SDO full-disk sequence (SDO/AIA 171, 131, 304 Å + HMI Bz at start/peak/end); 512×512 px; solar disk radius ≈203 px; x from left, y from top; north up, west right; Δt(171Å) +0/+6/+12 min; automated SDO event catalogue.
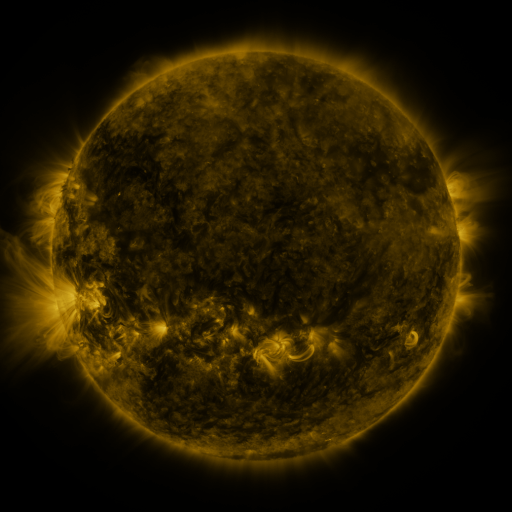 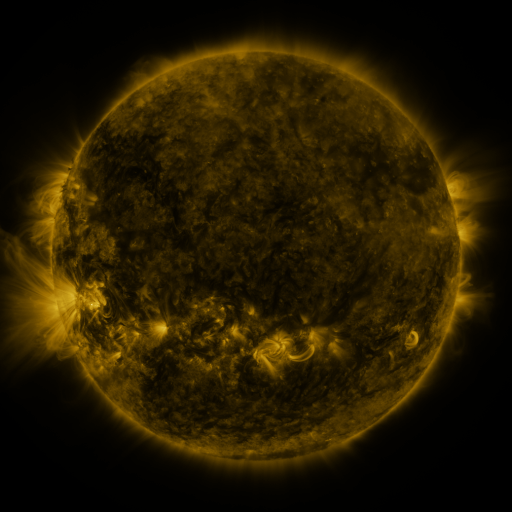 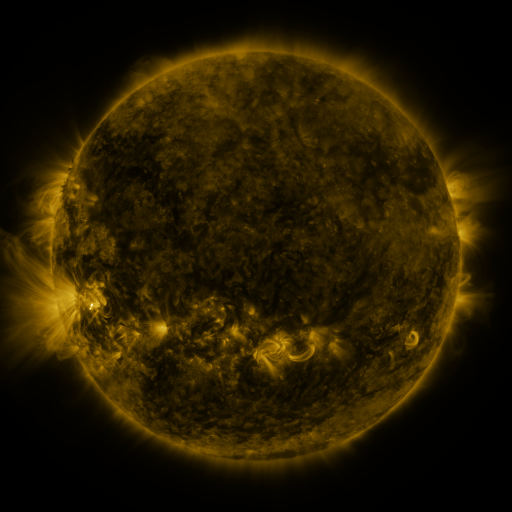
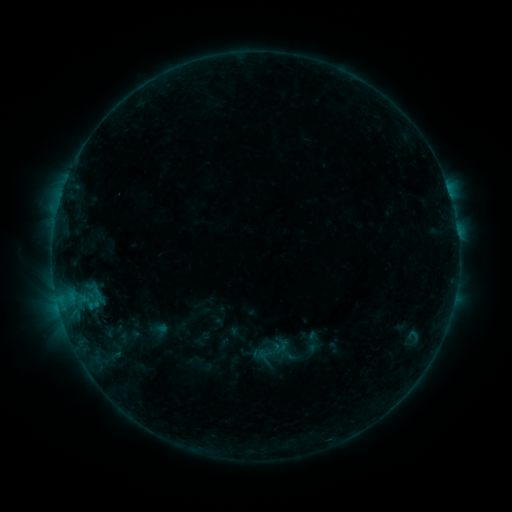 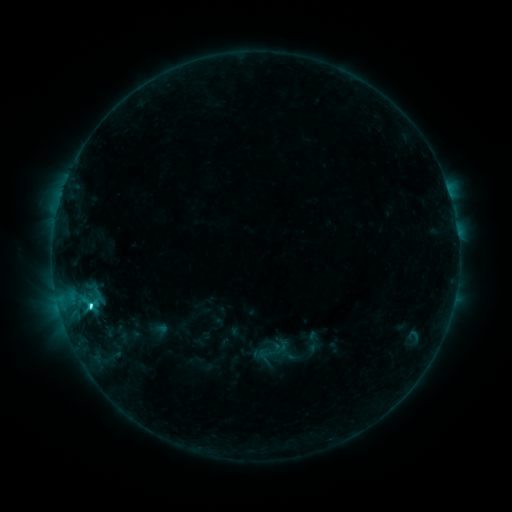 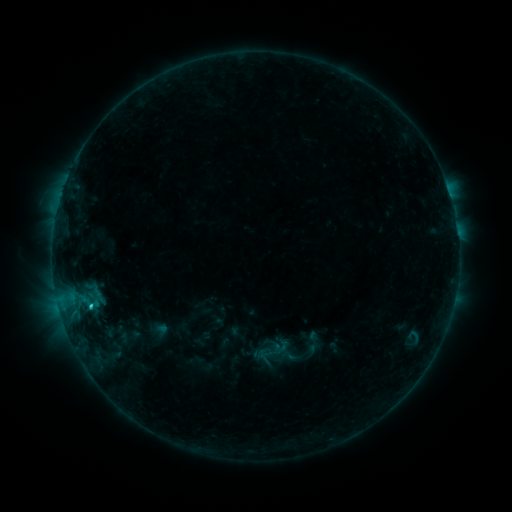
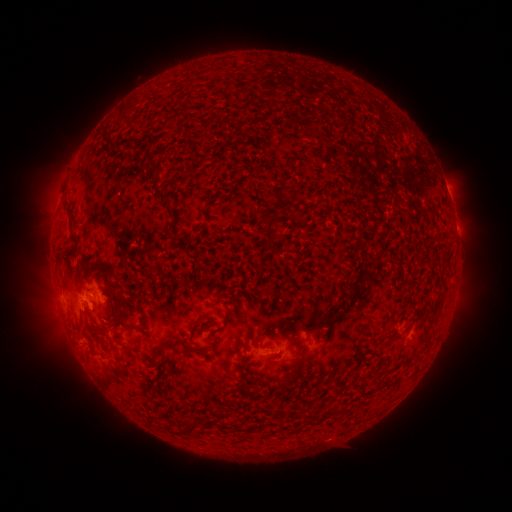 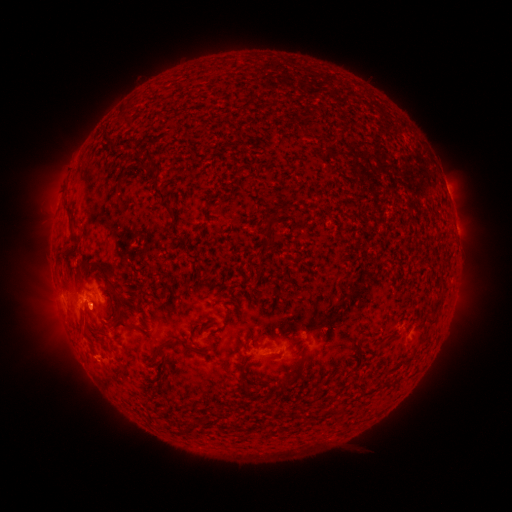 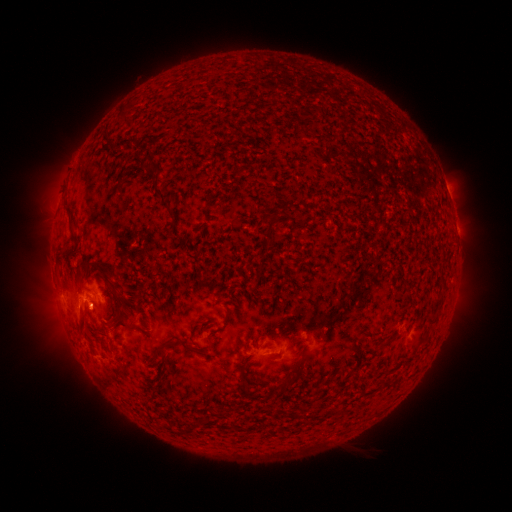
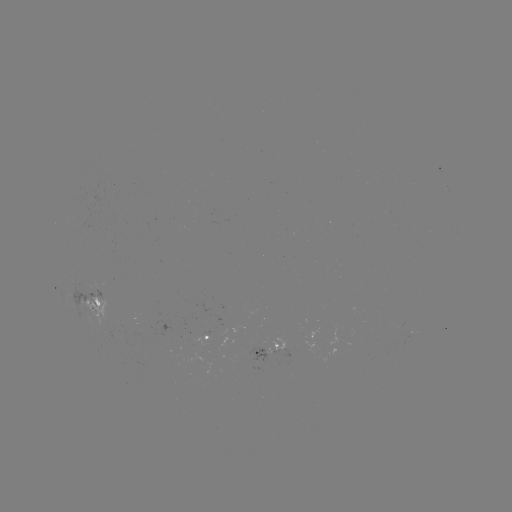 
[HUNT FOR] C3.6 flare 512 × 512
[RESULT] [91, 302]